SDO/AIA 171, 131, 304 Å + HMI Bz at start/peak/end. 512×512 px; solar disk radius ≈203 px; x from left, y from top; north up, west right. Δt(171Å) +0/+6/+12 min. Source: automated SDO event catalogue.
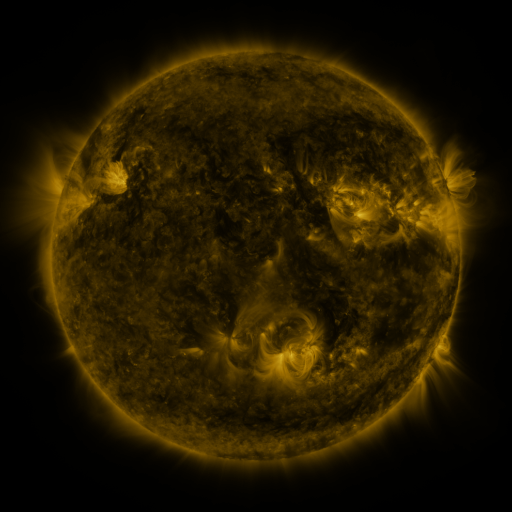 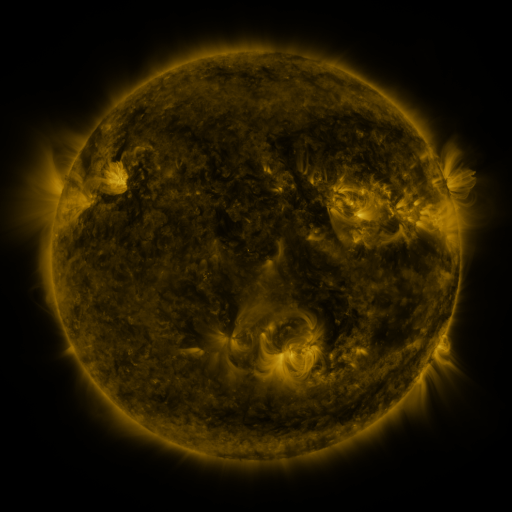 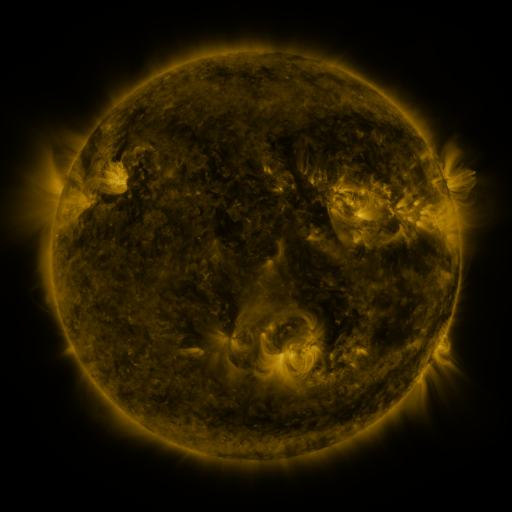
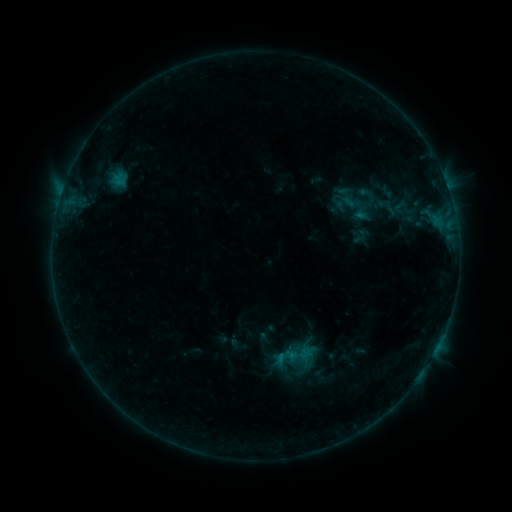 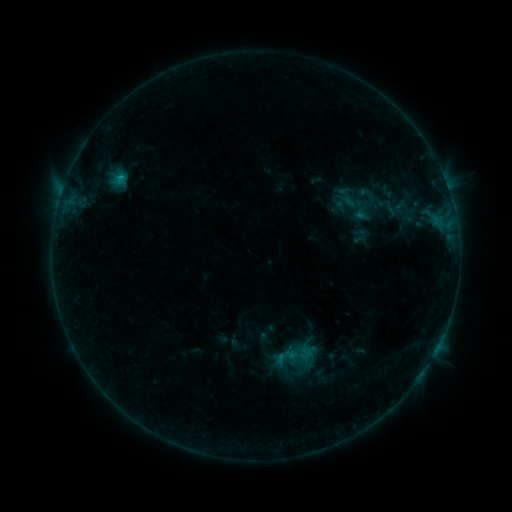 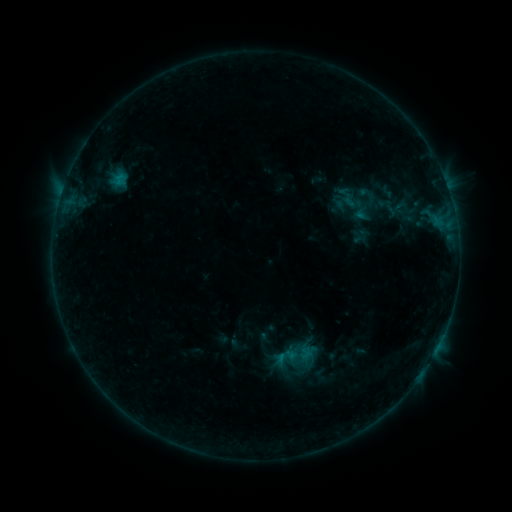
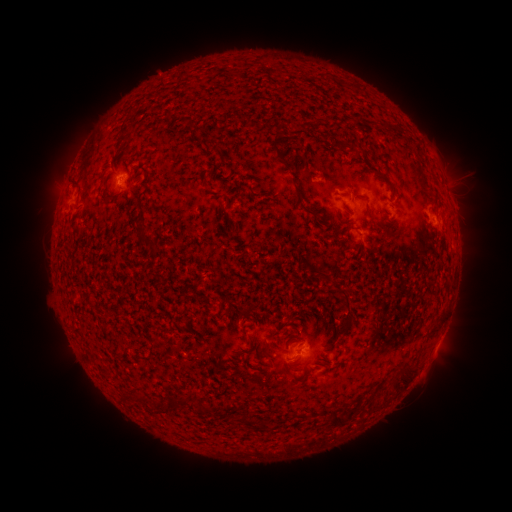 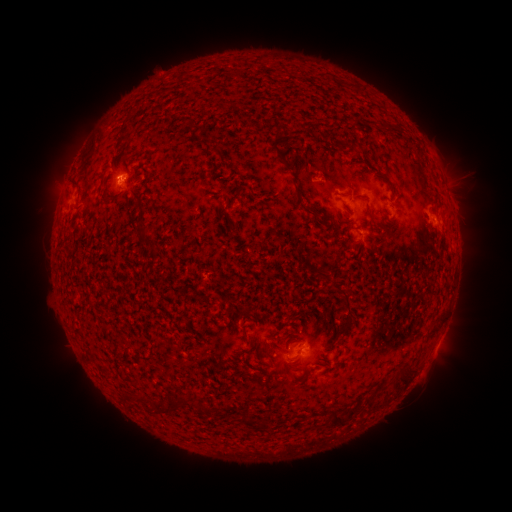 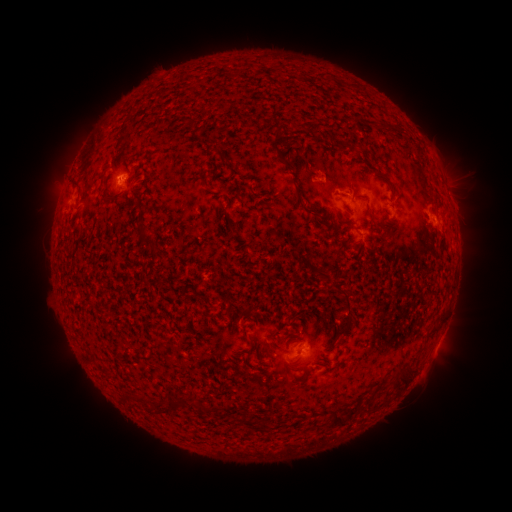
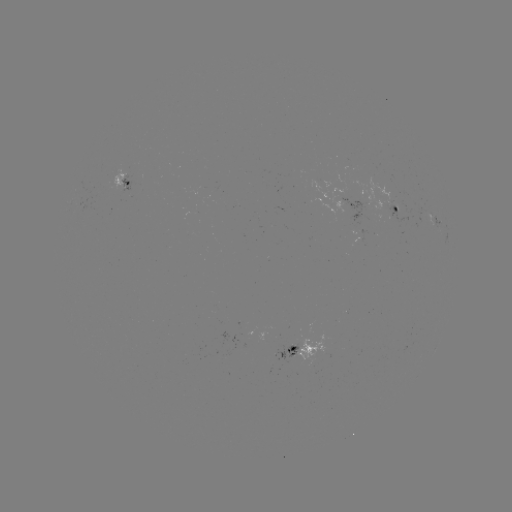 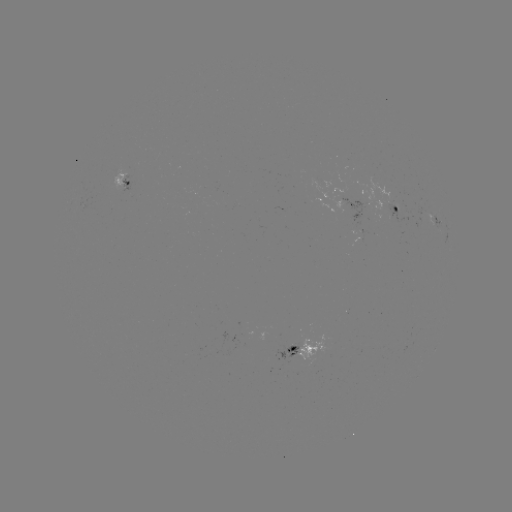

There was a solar flare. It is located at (123, 180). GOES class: B4.0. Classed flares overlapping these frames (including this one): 1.